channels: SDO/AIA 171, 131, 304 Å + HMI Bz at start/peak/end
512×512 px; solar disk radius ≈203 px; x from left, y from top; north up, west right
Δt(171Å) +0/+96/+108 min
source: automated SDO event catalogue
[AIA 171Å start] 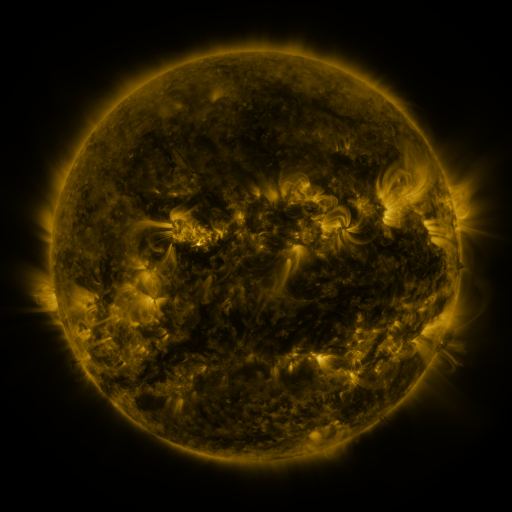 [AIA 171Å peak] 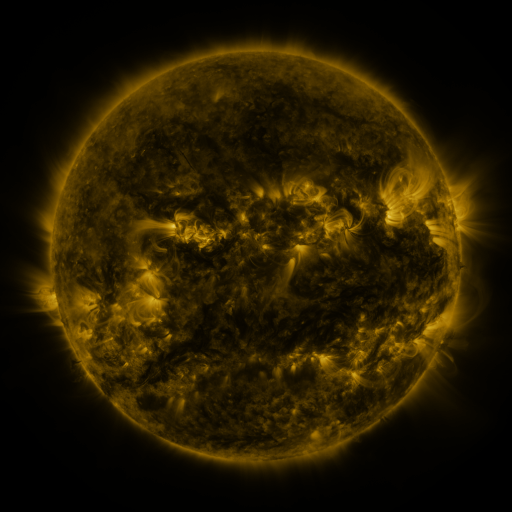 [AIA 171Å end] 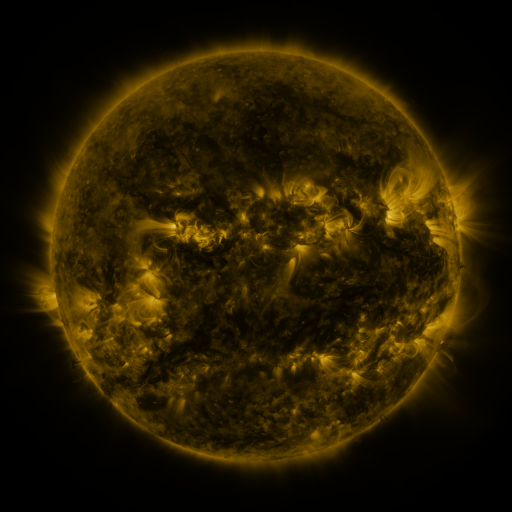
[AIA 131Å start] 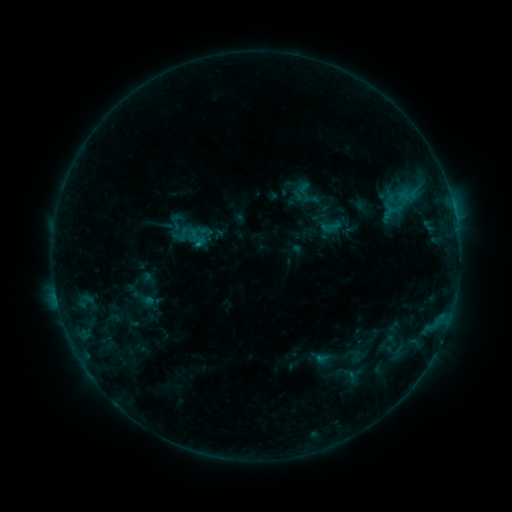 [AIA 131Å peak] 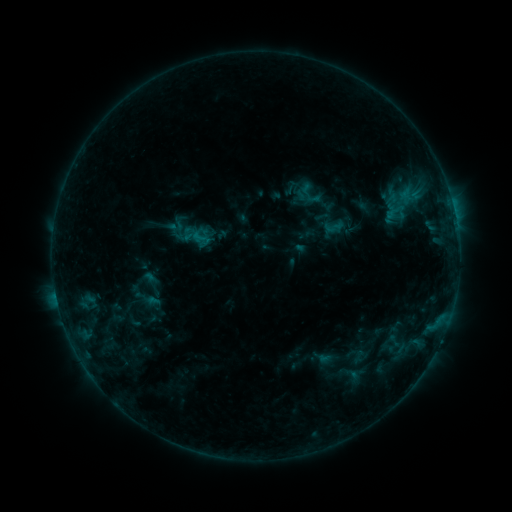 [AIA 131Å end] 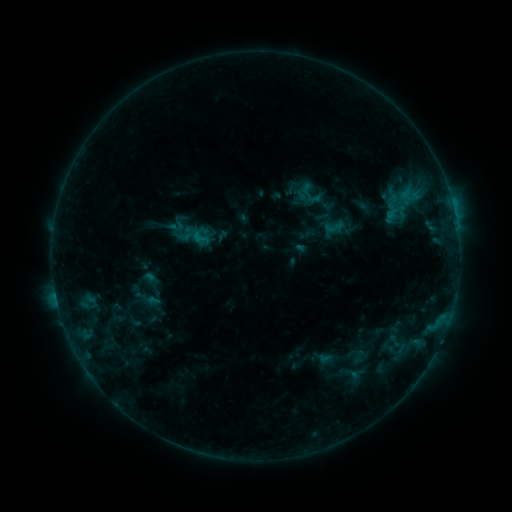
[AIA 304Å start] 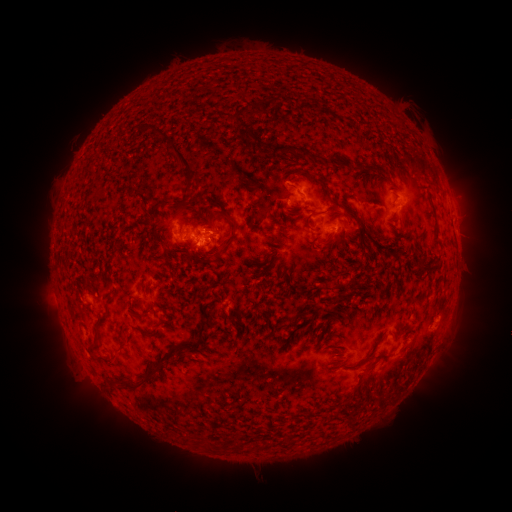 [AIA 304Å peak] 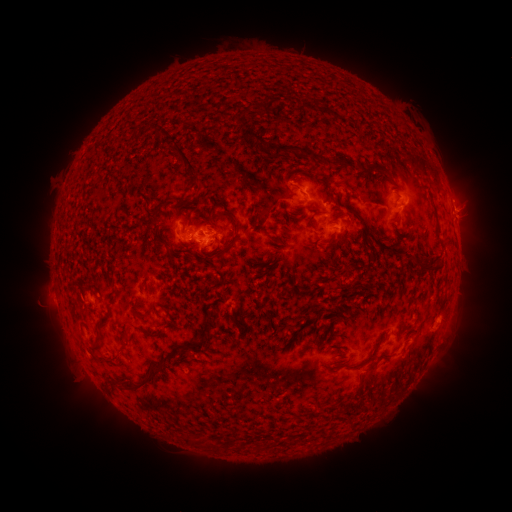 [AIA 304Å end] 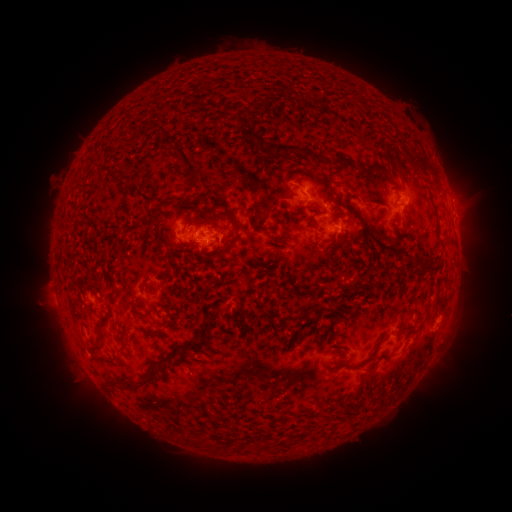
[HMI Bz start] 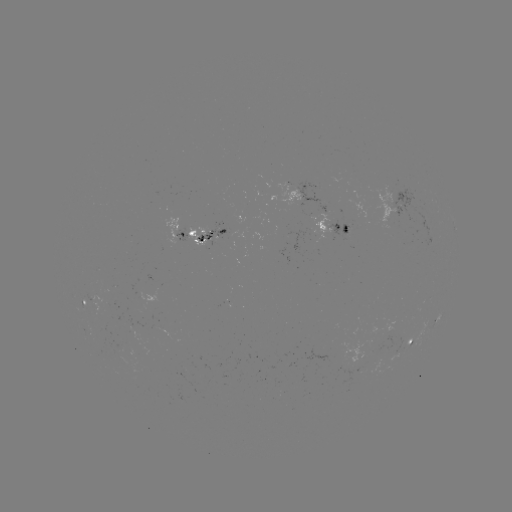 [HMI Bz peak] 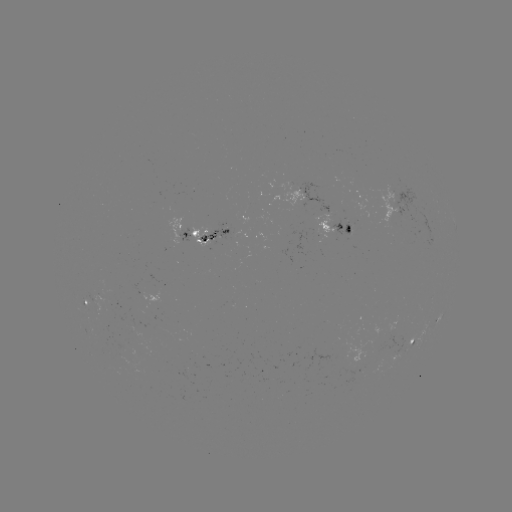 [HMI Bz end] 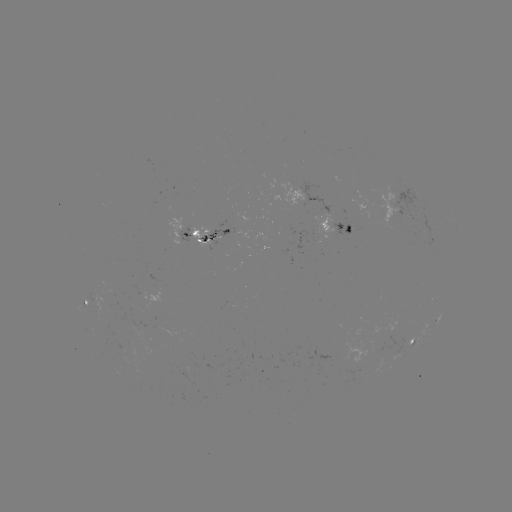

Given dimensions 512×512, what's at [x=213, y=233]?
emerging-flux region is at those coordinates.